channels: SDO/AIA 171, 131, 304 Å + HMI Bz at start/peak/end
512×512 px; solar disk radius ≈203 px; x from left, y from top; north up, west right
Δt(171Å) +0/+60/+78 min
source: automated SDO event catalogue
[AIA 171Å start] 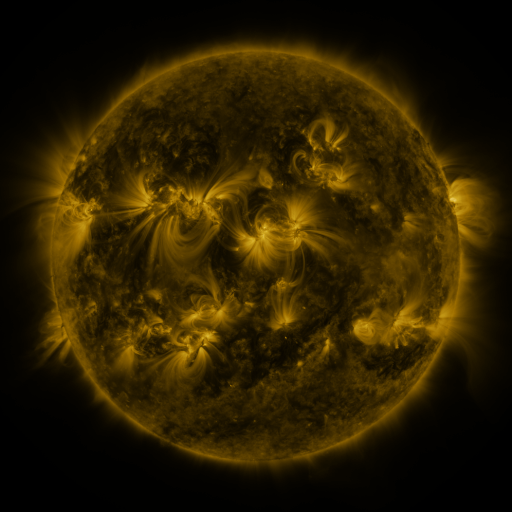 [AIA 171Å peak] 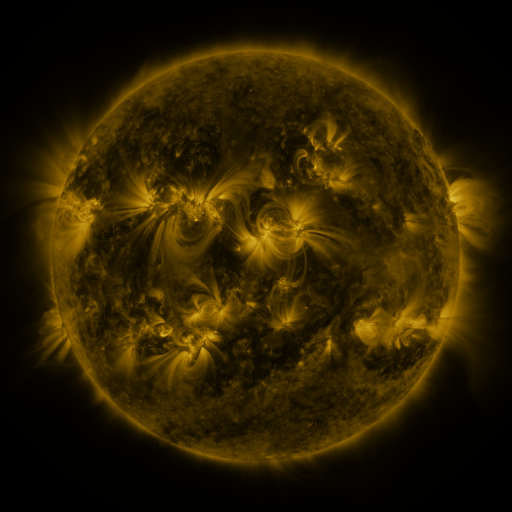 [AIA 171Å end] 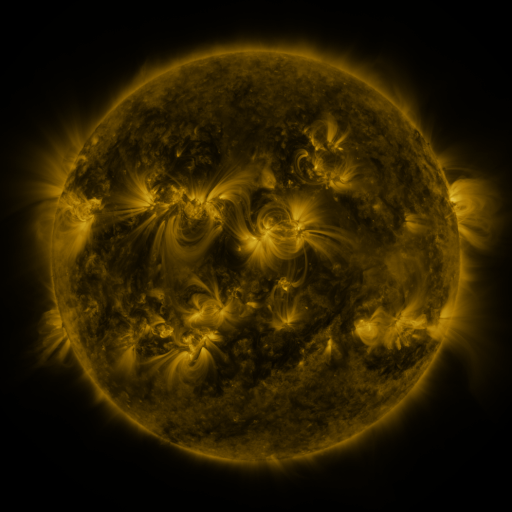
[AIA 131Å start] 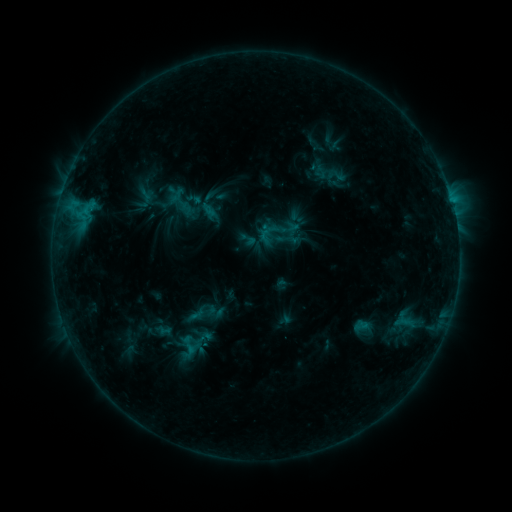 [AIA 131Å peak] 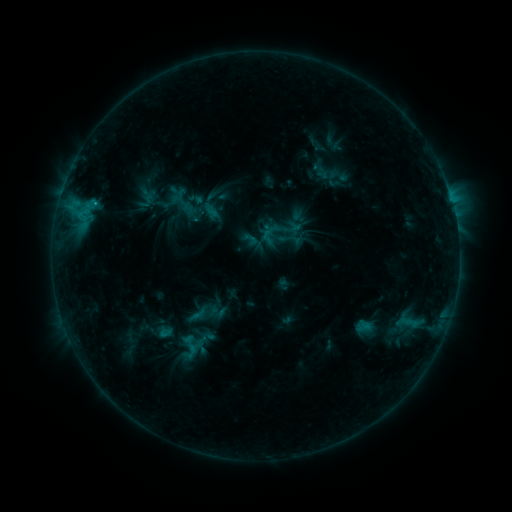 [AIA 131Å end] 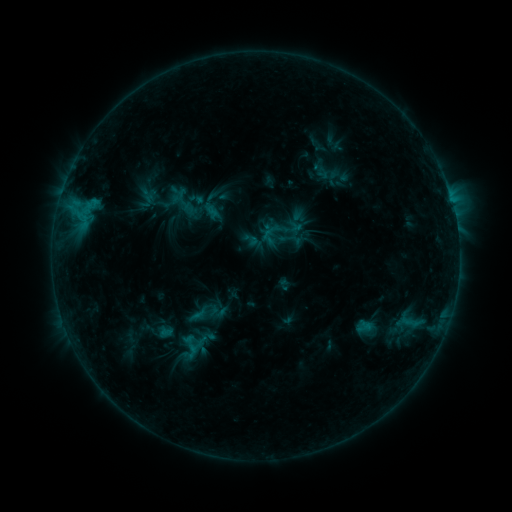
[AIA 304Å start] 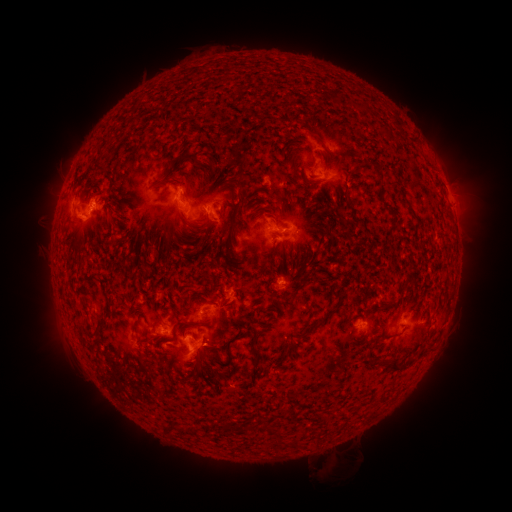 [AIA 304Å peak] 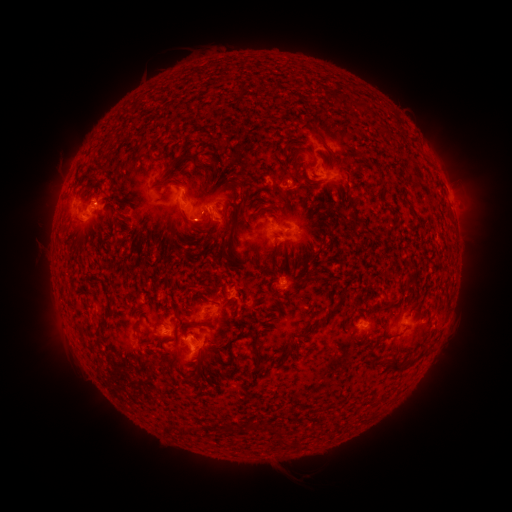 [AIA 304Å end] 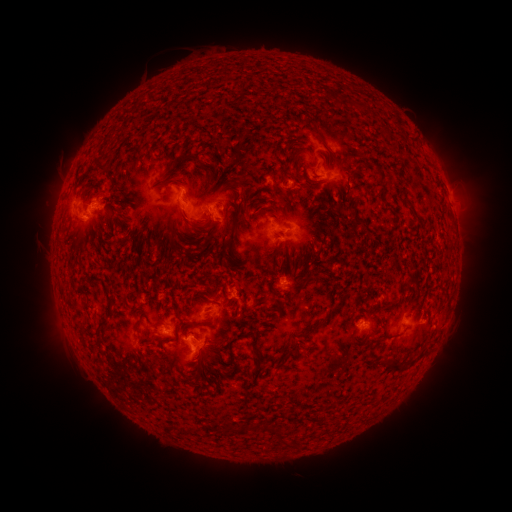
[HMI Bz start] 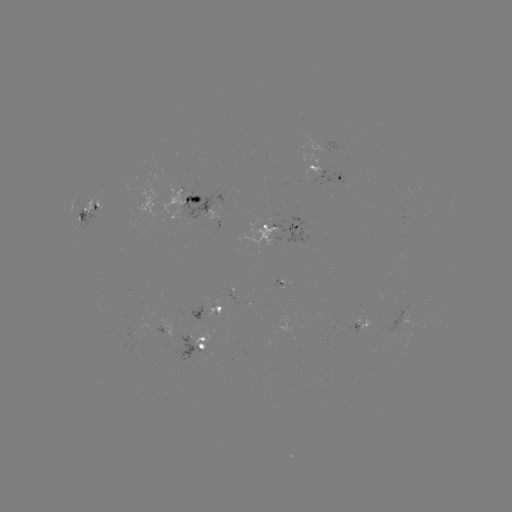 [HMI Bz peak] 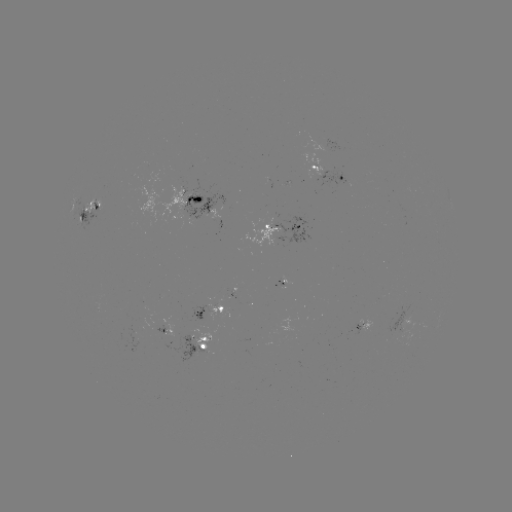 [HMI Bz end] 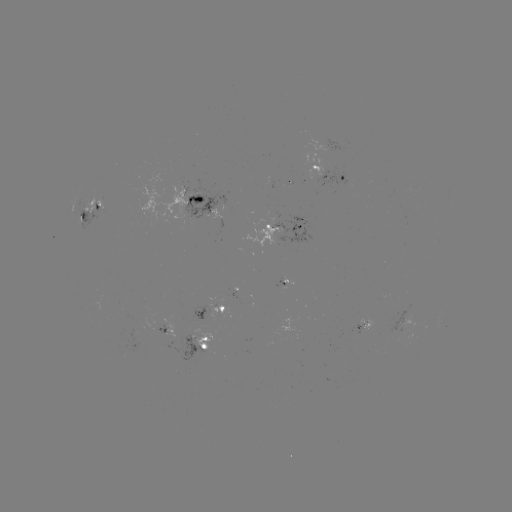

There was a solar emerging-flux region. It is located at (95, 208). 